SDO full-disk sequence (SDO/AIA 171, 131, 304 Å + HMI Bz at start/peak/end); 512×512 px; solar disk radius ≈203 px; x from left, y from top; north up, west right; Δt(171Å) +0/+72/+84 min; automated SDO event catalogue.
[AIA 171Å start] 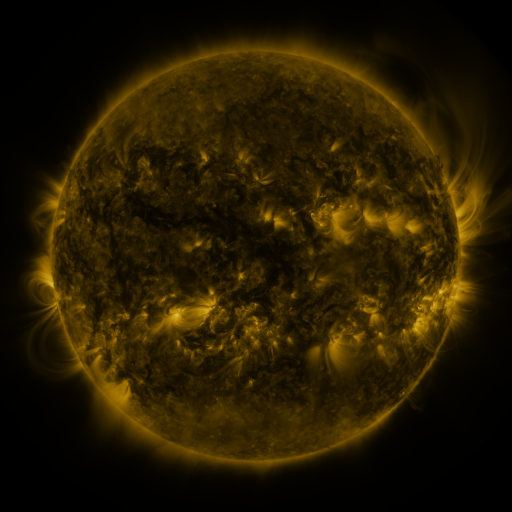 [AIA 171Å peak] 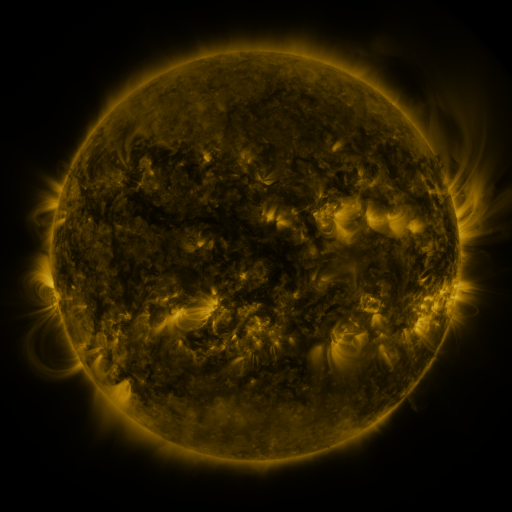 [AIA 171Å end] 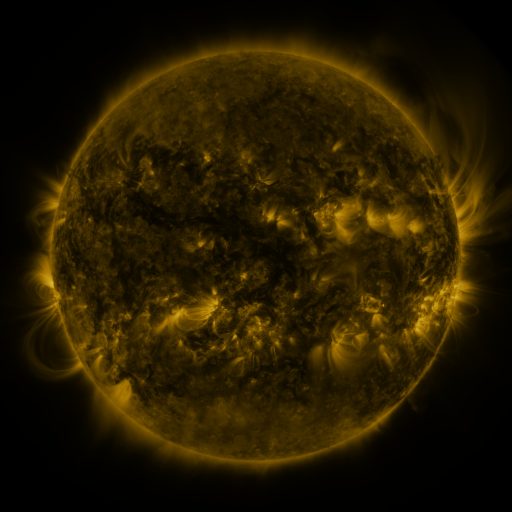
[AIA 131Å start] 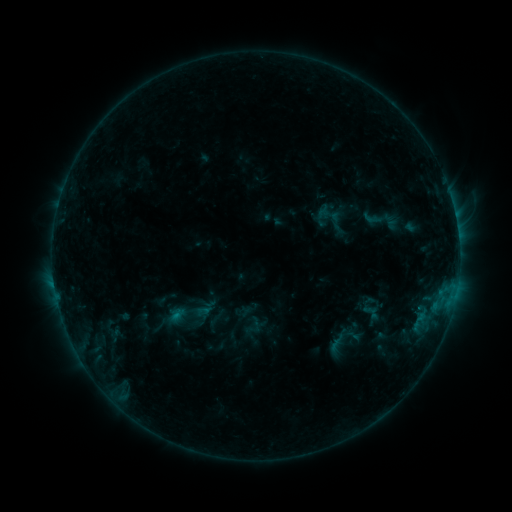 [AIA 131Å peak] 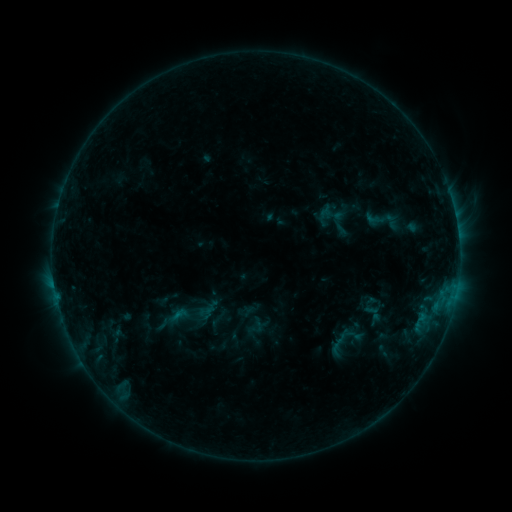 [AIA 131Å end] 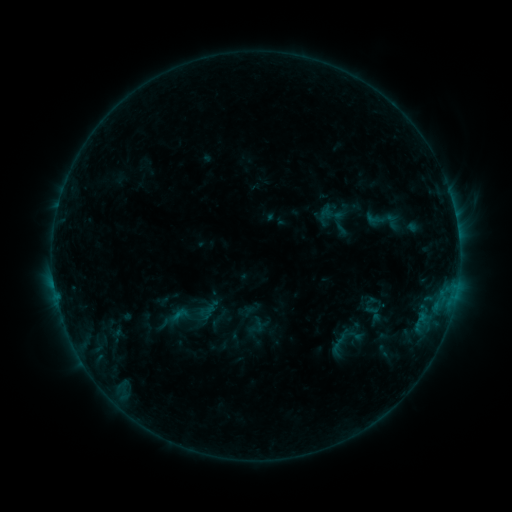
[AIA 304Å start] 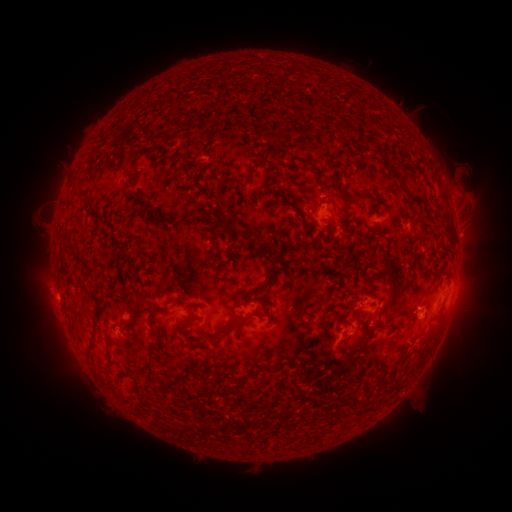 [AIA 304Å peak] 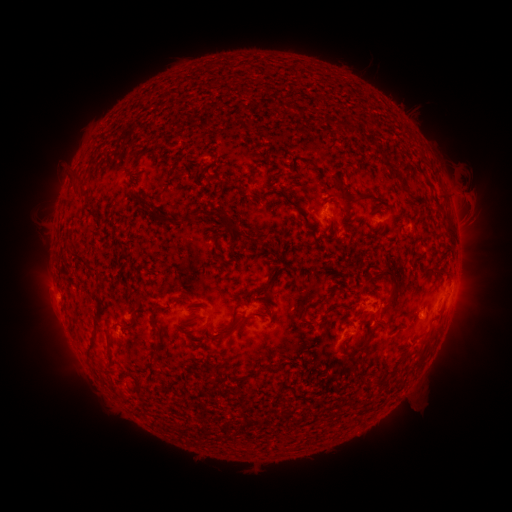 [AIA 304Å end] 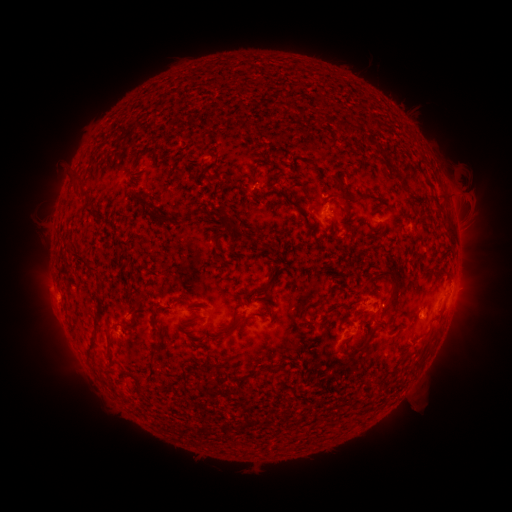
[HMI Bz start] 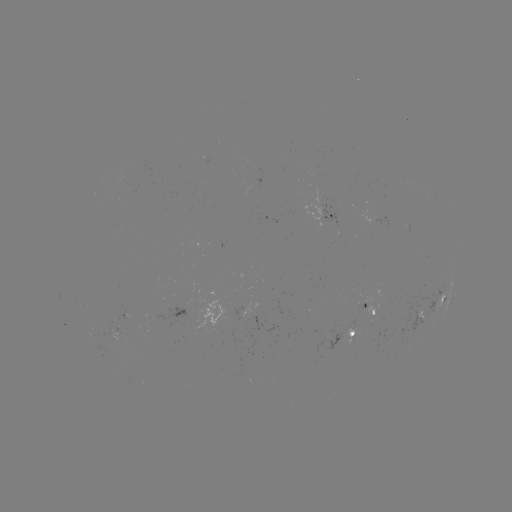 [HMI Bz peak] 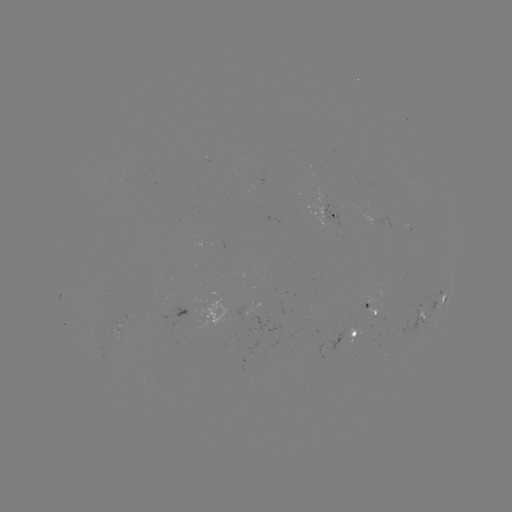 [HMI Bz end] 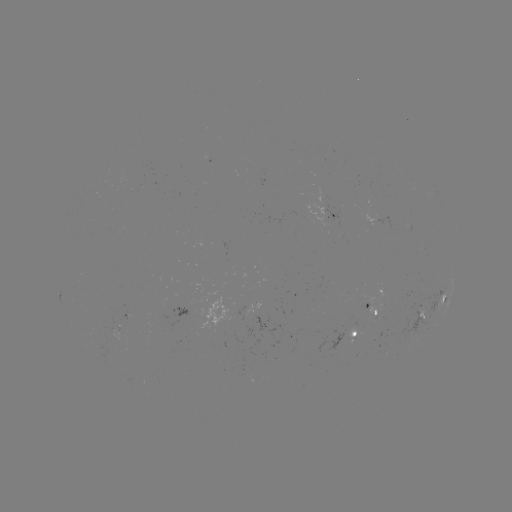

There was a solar emerging-flux region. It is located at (320, 192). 